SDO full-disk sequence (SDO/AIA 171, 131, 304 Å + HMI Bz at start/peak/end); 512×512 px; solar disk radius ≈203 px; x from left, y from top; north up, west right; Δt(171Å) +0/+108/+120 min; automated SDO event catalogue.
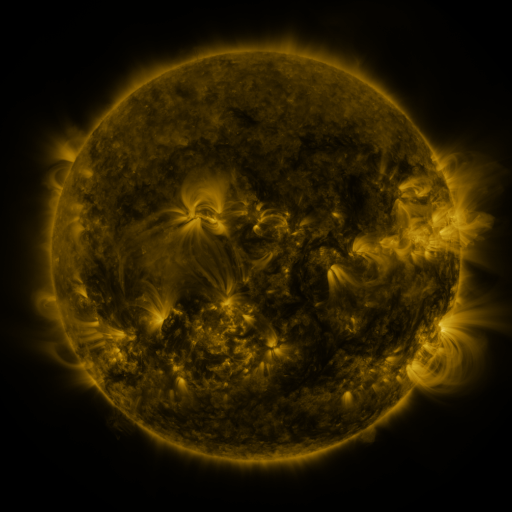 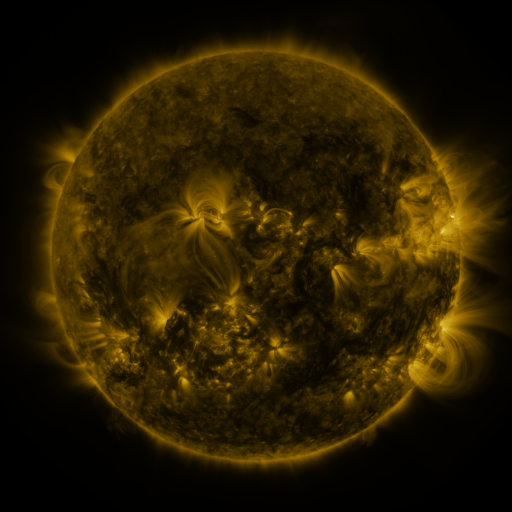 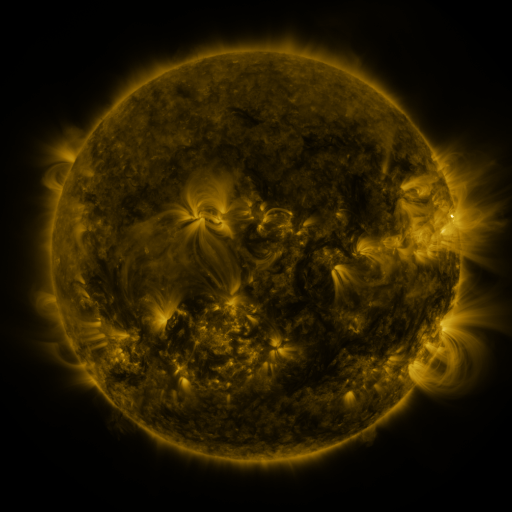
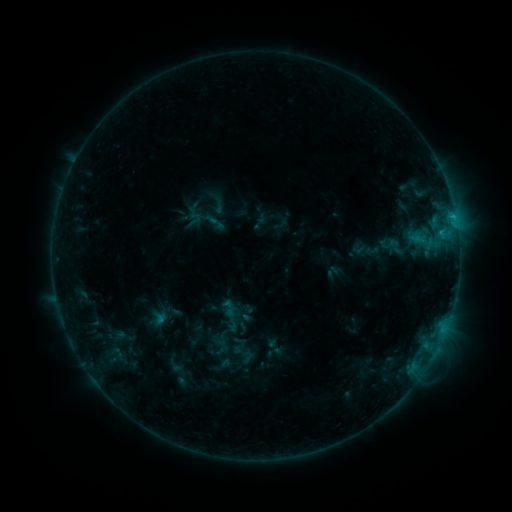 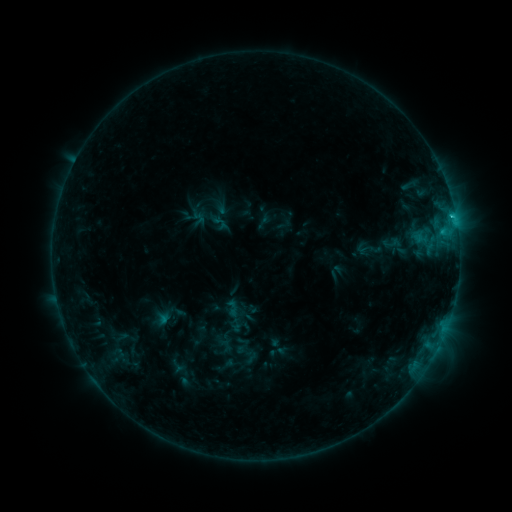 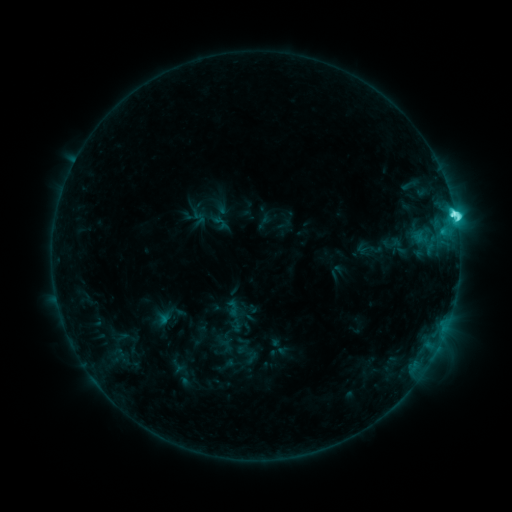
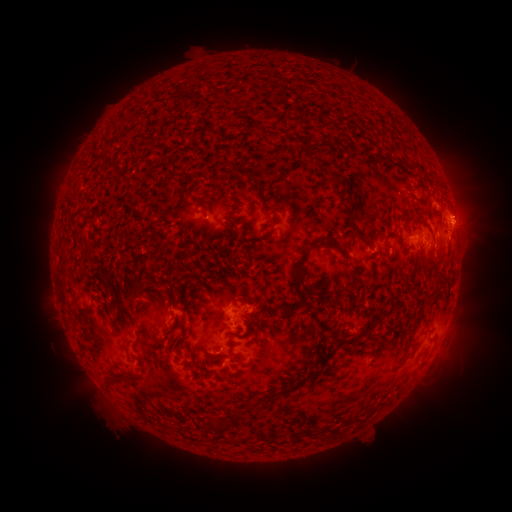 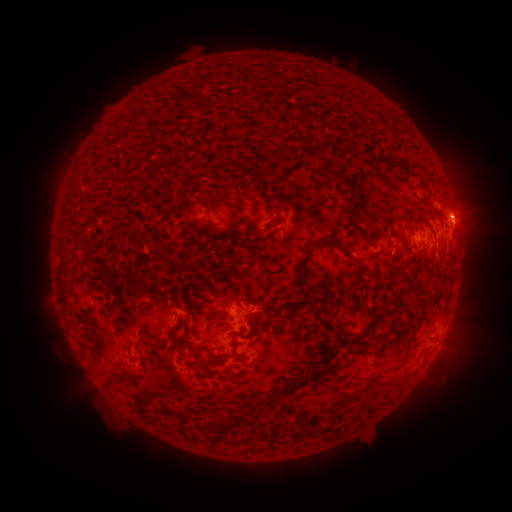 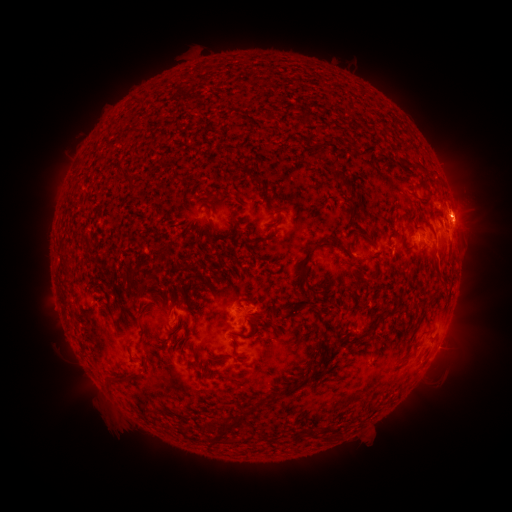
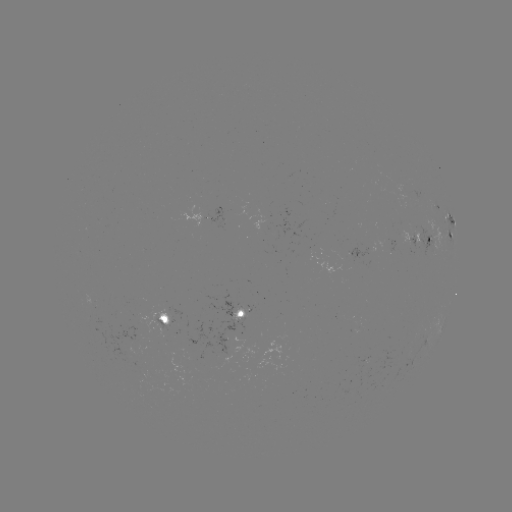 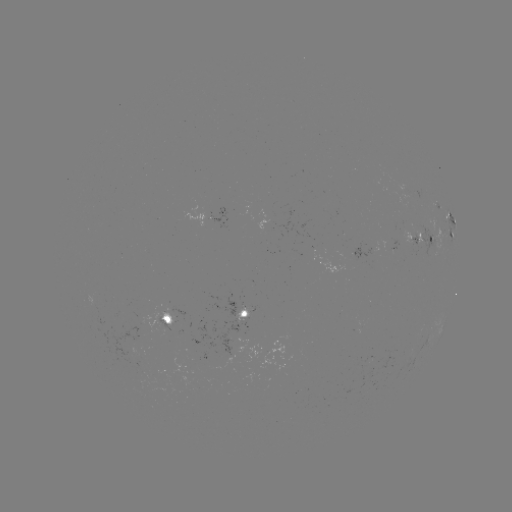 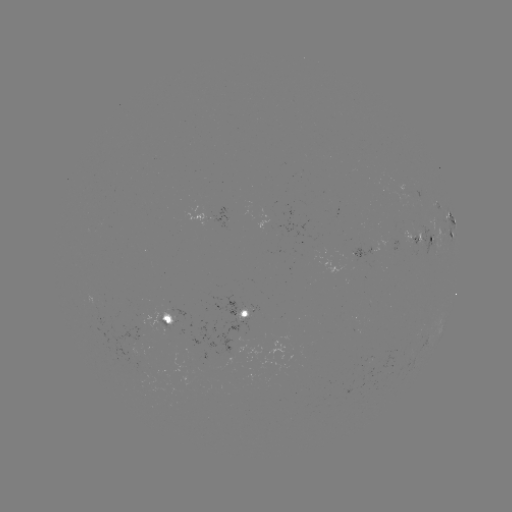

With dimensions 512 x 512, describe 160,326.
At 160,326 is emerging-flux region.